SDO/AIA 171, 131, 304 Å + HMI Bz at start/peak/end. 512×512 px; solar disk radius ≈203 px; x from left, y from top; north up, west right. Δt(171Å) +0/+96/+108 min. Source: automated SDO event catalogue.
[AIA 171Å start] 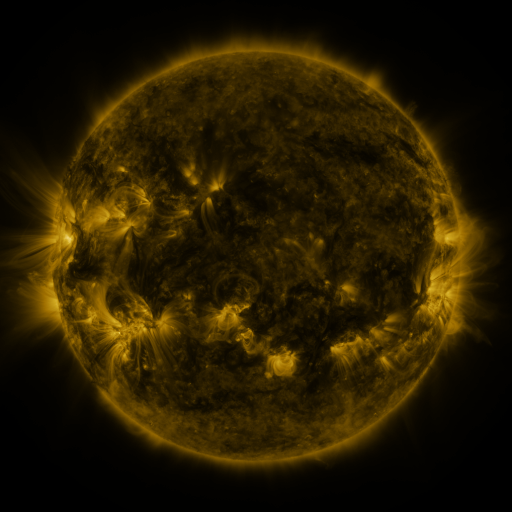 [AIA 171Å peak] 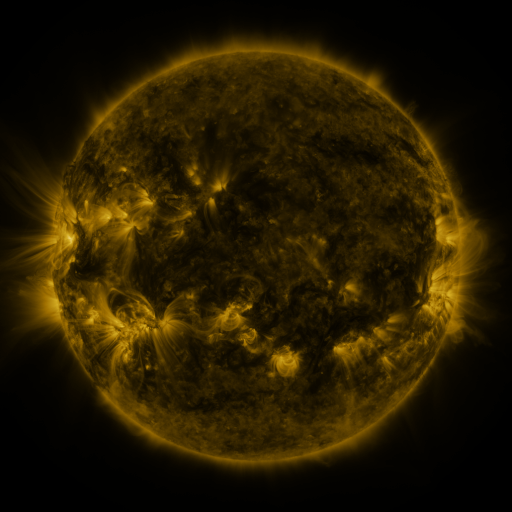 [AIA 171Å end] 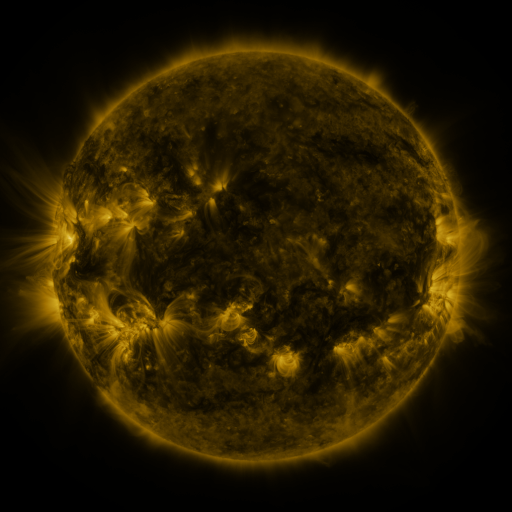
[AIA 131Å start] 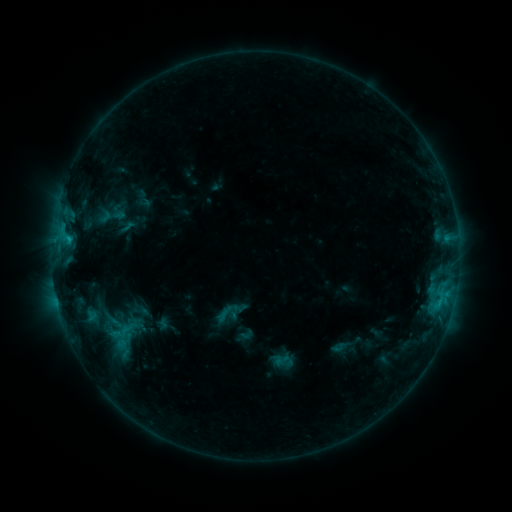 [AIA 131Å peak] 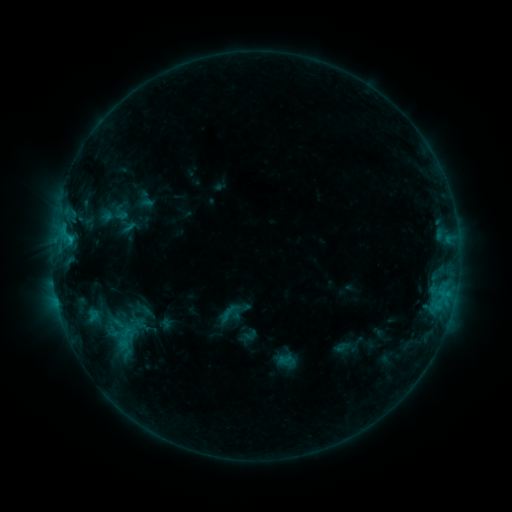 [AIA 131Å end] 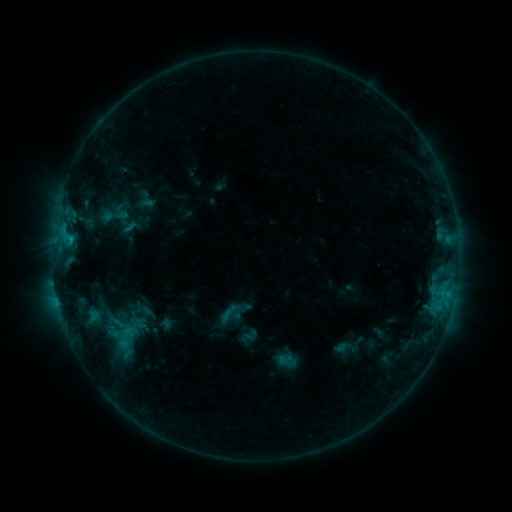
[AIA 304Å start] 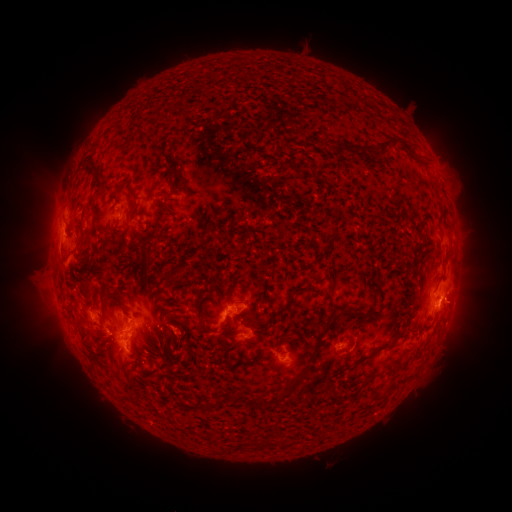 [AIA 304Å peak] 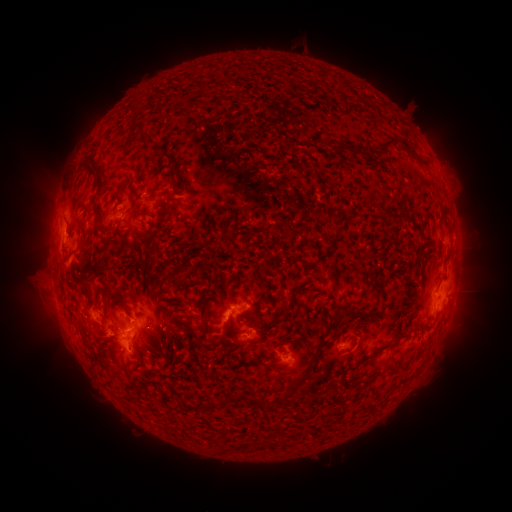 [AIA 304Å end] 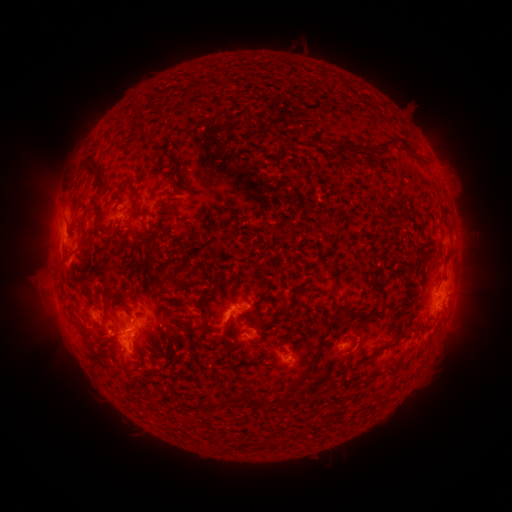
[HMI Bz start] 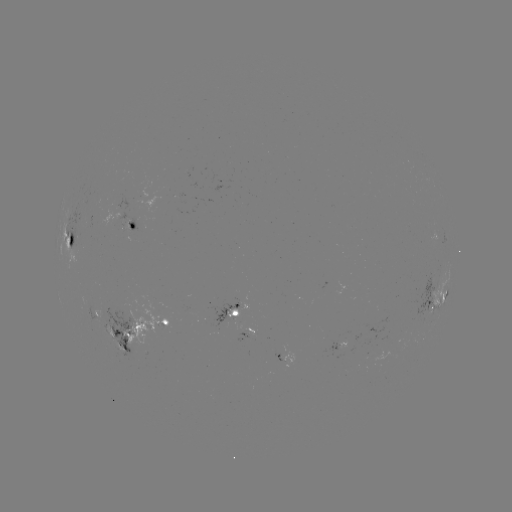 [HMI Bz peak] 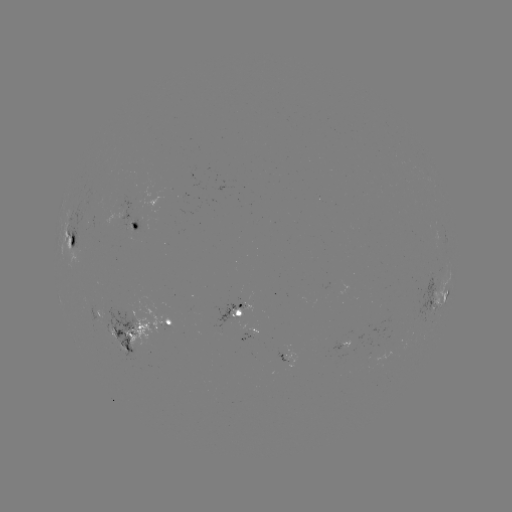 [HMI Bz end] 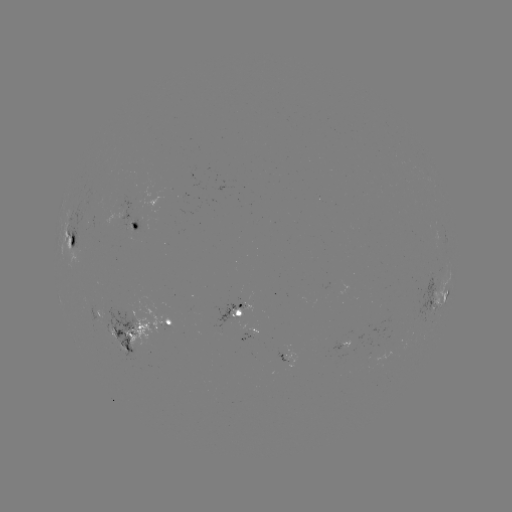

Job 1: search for emerging-flux region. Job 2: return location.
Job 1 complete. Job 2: [224, 323].